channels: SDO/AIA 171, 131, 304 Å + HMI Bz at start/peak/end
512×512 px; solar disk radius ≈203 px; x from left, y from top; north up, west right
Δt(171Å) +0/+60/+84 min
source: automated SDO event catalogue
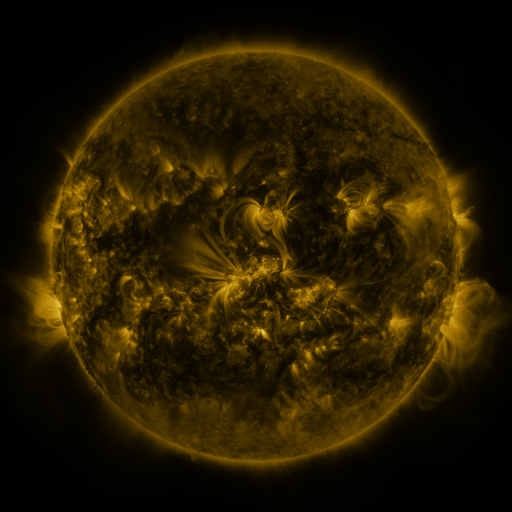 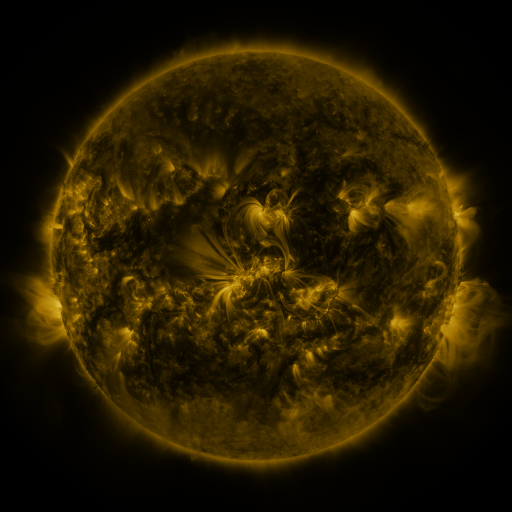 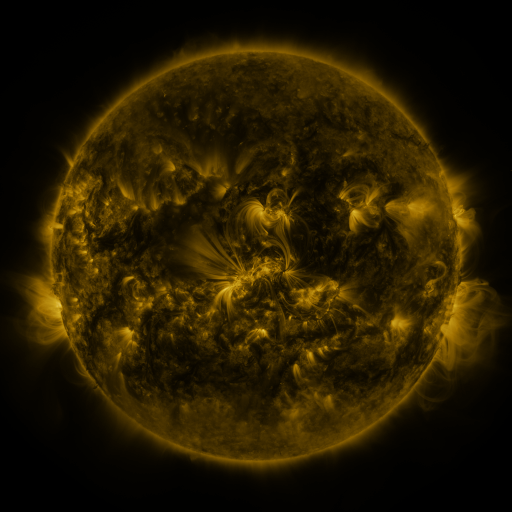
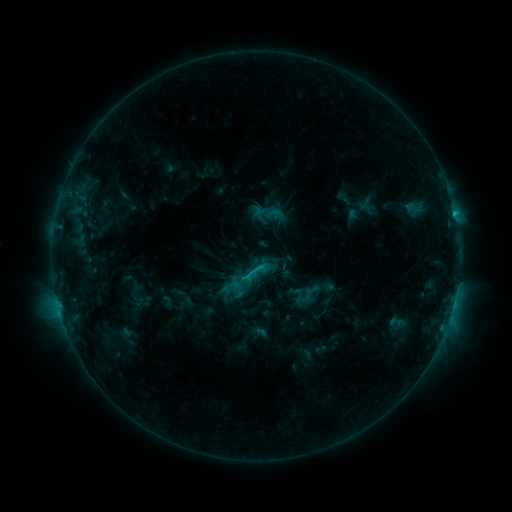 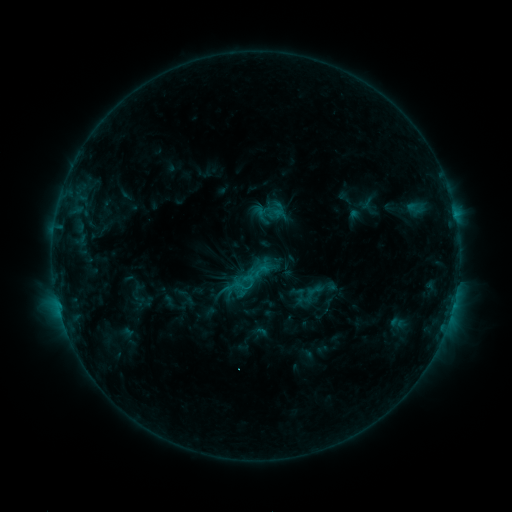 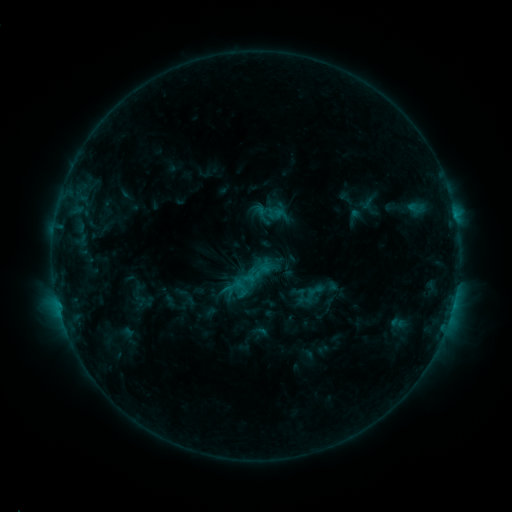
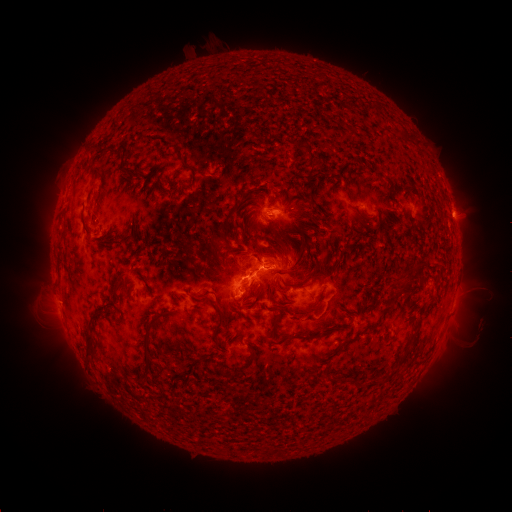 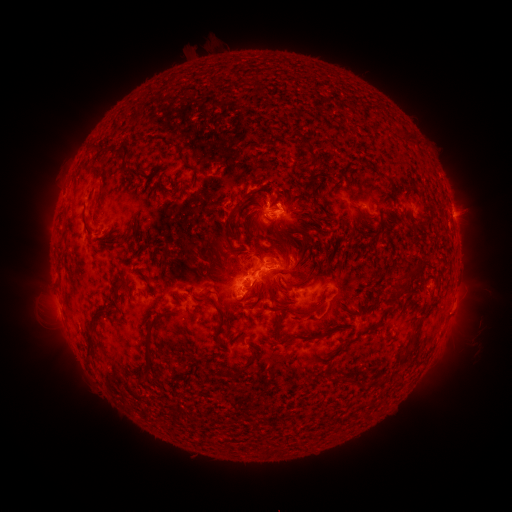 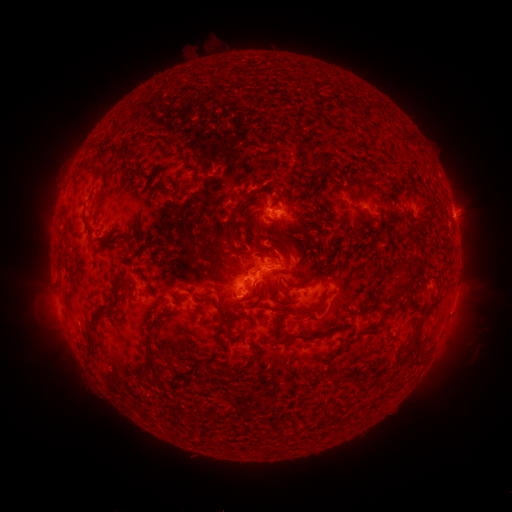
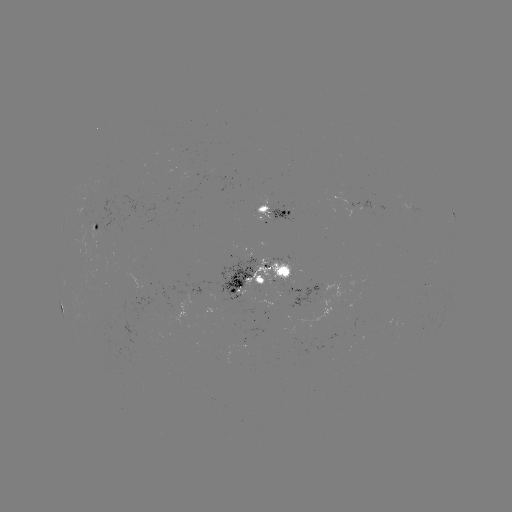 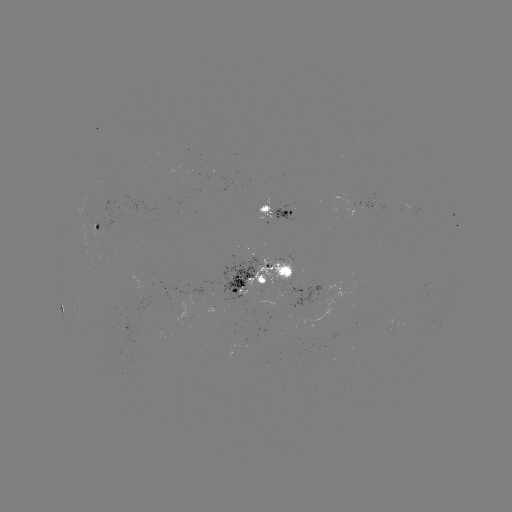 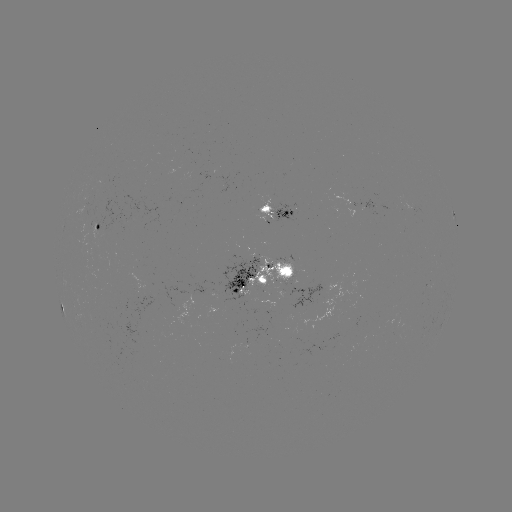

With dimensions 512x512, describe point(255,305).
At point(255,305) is emerging-flux region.